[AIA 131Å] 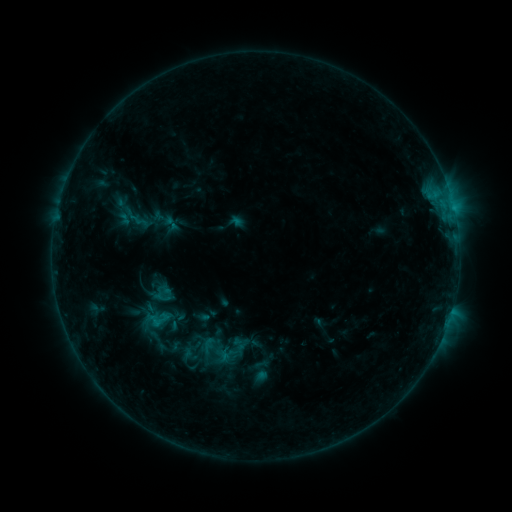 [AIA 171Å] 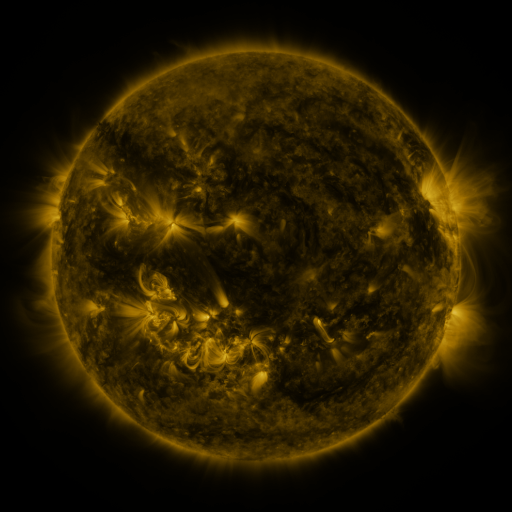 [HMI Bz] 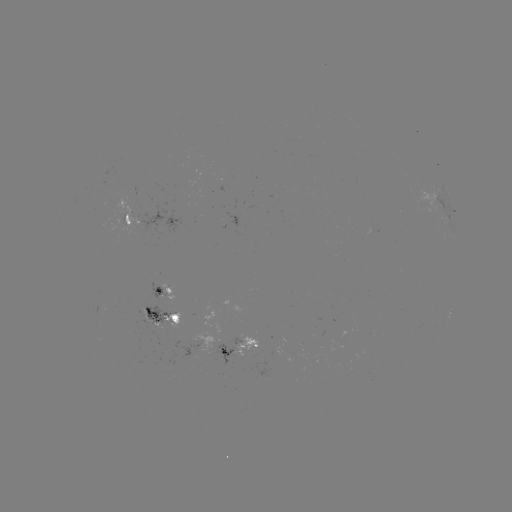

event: sigmoid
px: (171, 224)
